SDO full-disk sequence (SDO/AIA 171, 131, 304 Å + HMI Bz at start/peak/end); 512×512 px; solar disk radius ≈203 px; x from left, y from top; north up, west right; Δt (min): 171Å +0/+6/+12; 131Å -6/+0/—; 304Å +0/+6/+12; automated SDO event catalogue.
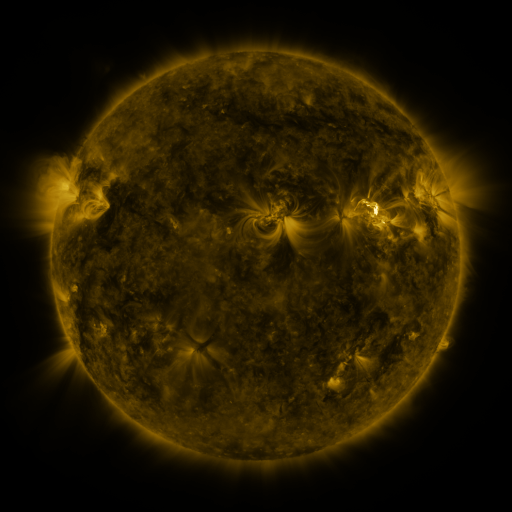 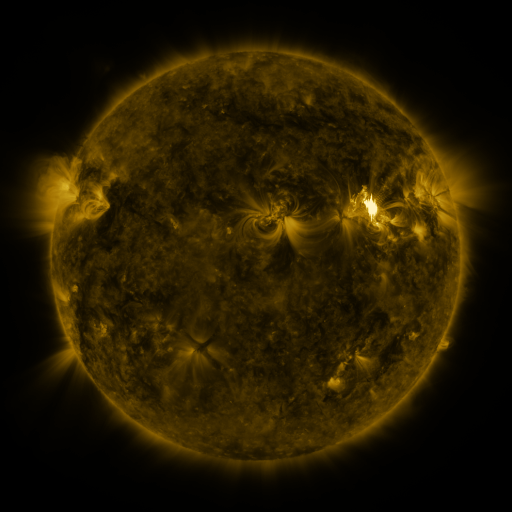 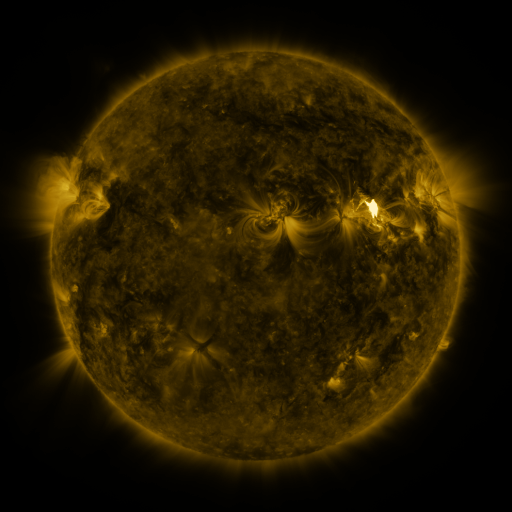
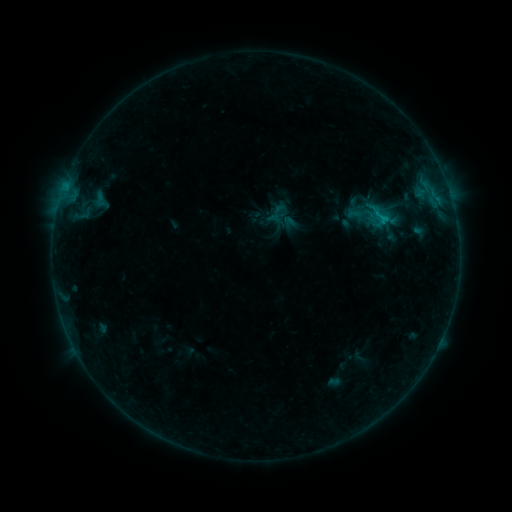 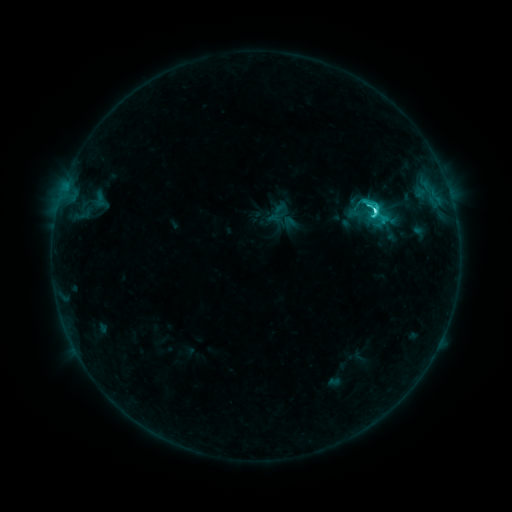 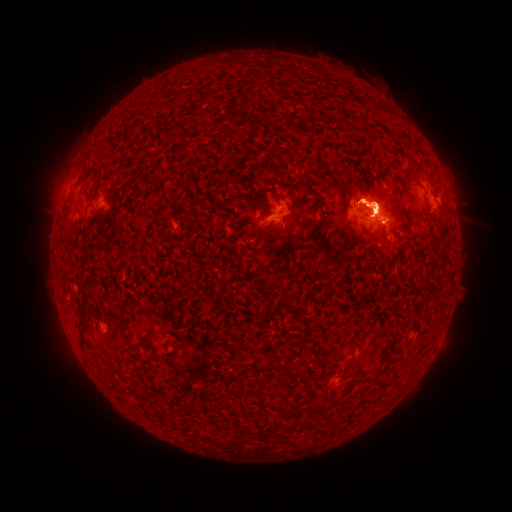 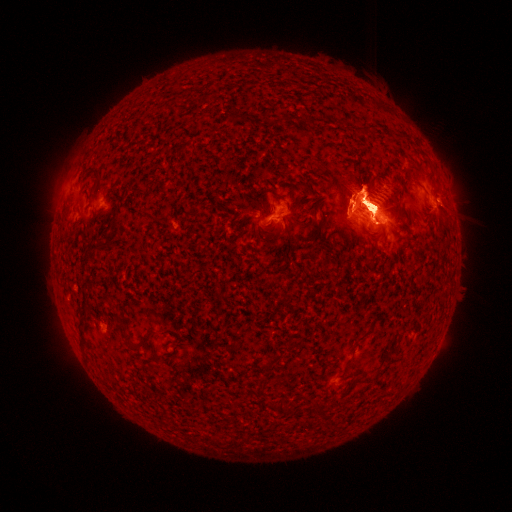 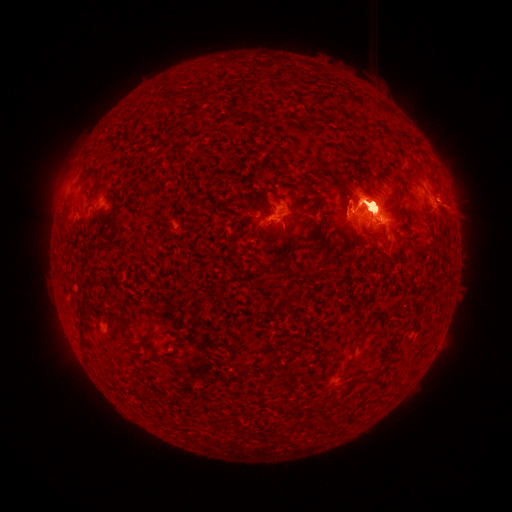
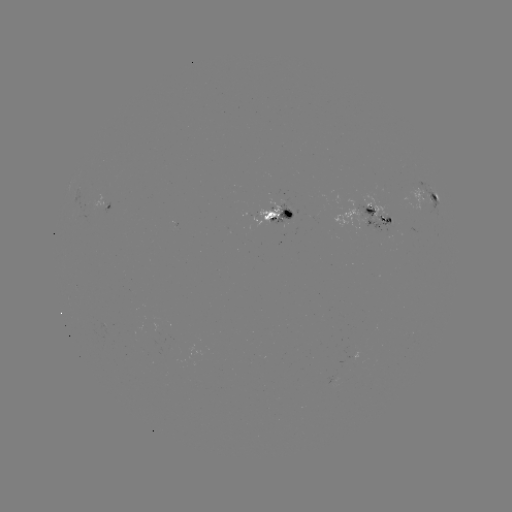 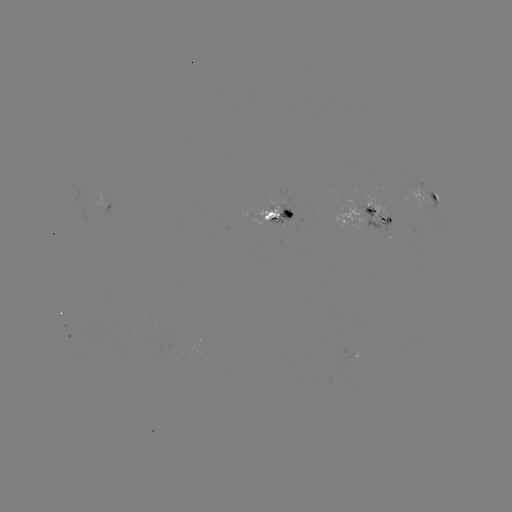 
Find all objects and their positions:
eruption: (365, 330)
